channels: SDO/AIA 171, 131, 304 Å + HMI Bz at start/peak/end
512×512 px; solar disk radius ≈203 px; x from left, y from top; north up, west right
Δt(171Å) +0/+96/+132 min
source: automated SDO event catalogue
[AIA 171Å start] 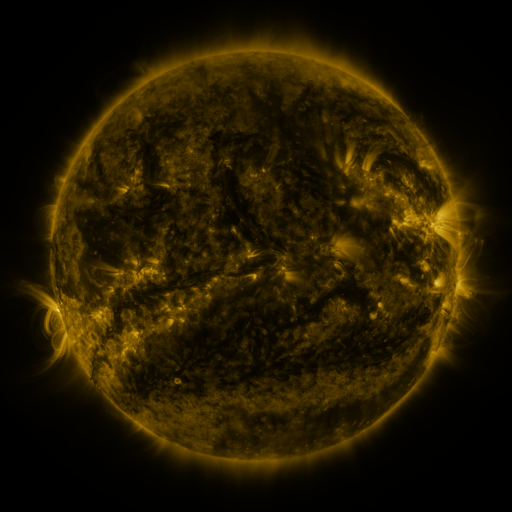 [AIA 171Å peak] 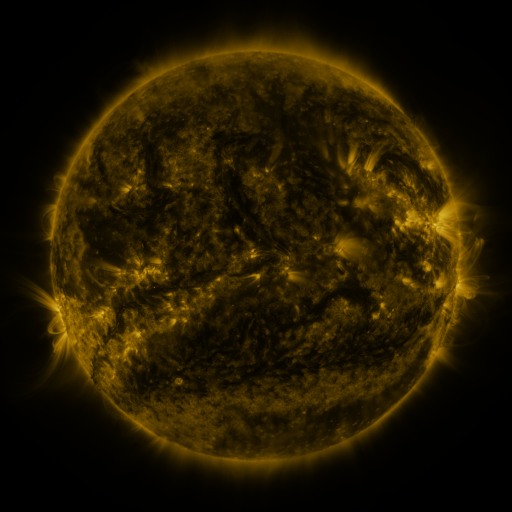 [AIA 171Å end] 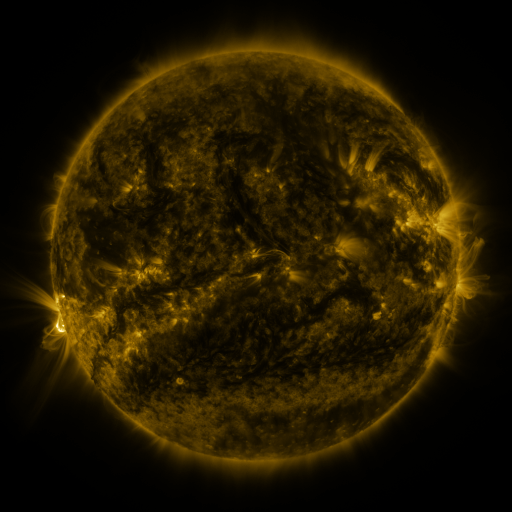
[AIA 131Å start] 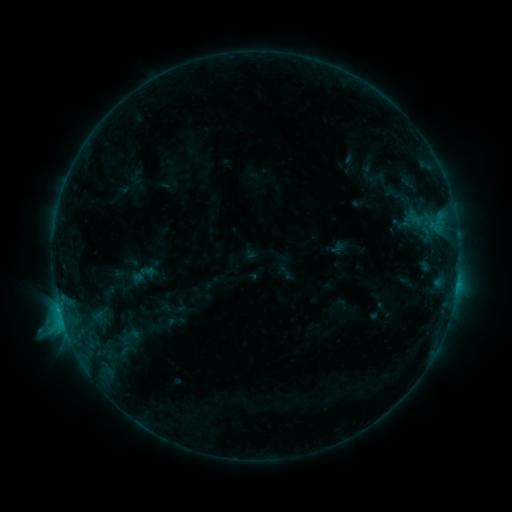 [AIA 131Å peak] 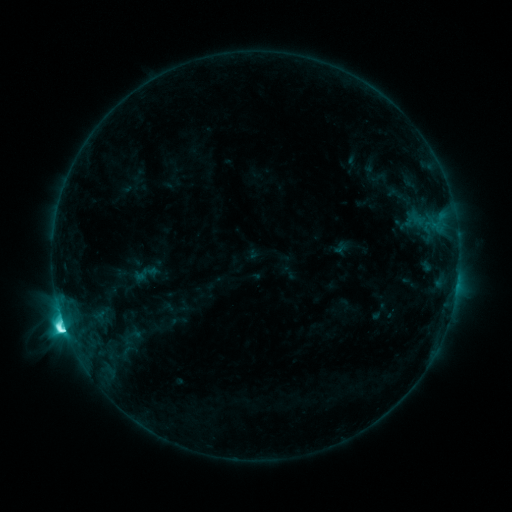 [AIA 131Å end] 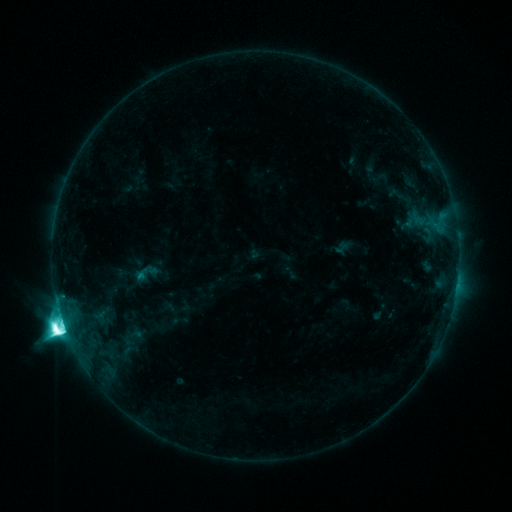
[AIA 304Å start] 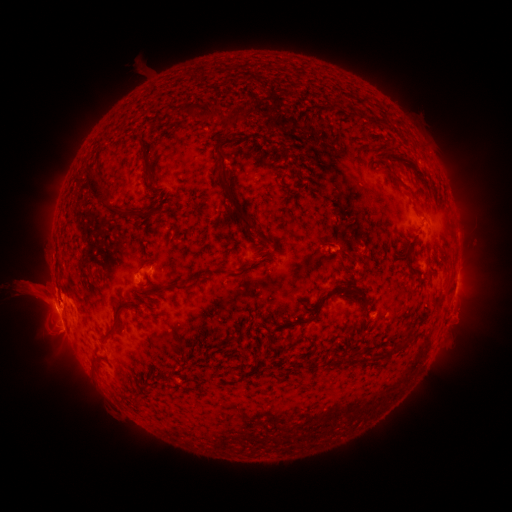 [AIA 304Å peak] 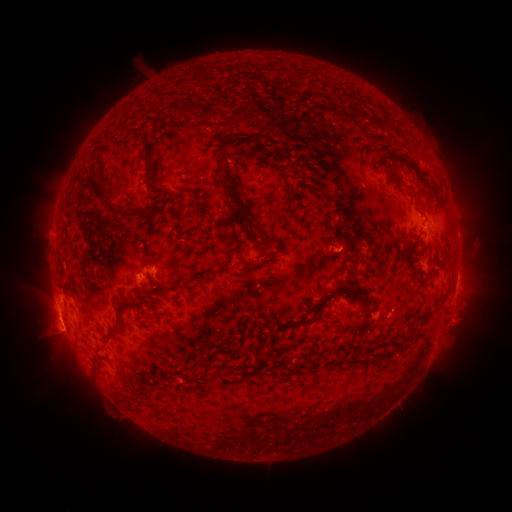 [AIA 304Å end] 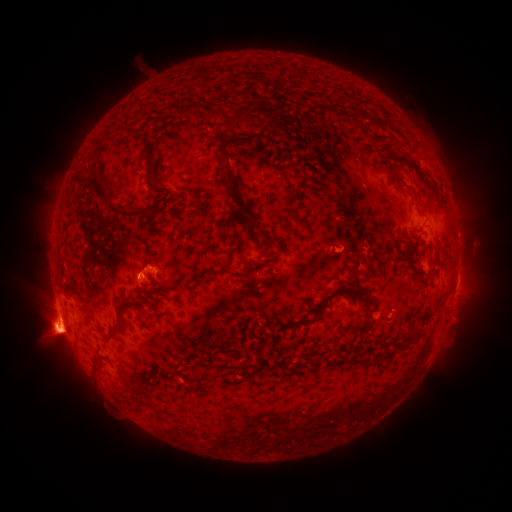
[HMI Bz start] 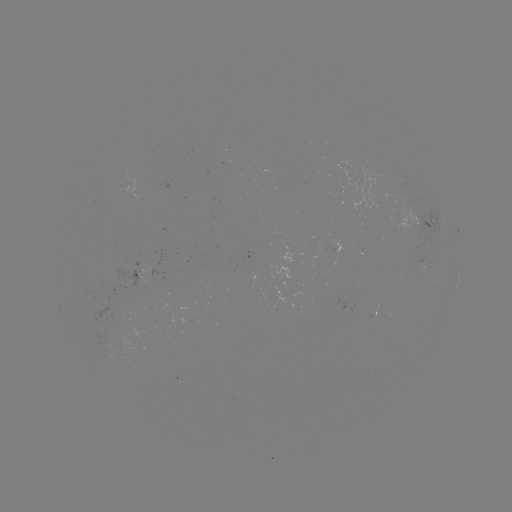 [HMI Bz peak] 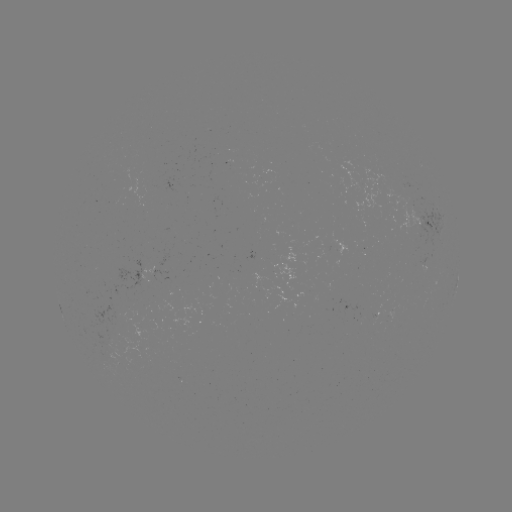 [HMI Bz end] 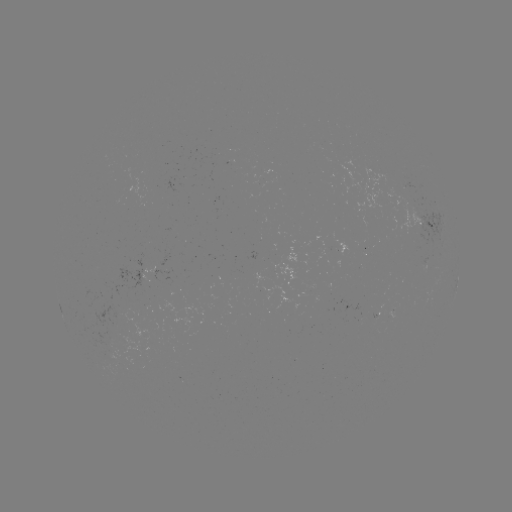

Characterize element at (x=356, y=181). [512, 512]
emerging-flux region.